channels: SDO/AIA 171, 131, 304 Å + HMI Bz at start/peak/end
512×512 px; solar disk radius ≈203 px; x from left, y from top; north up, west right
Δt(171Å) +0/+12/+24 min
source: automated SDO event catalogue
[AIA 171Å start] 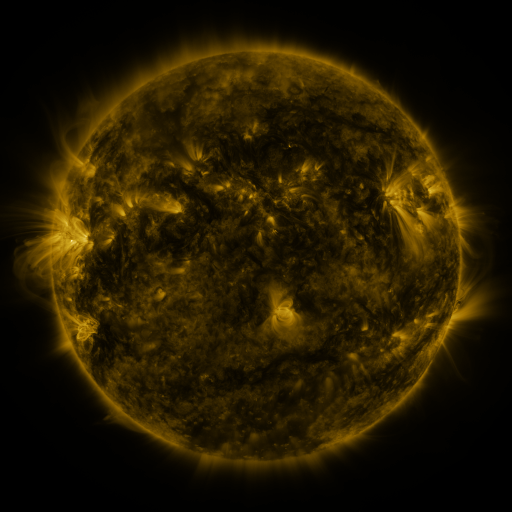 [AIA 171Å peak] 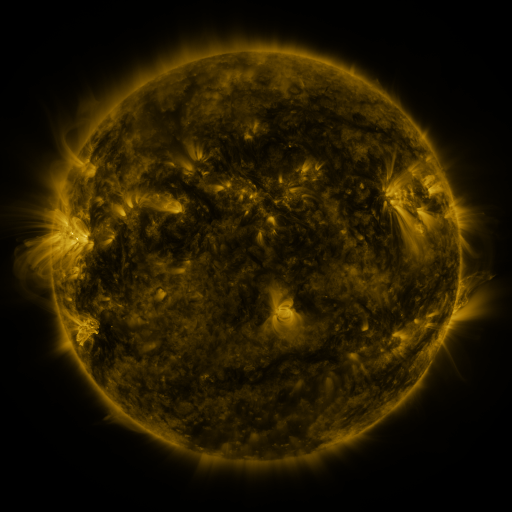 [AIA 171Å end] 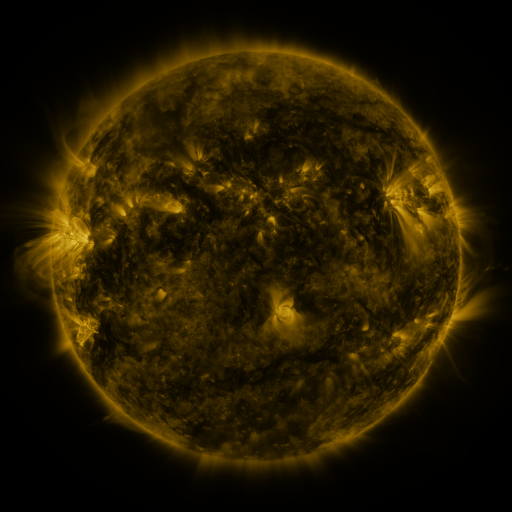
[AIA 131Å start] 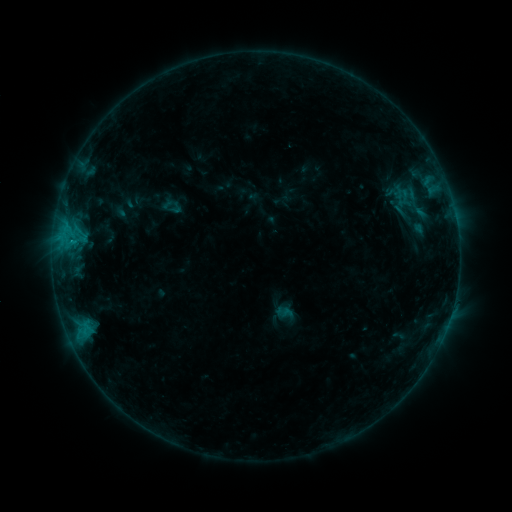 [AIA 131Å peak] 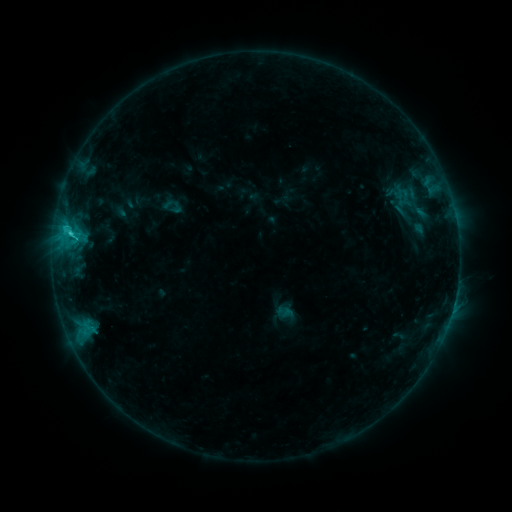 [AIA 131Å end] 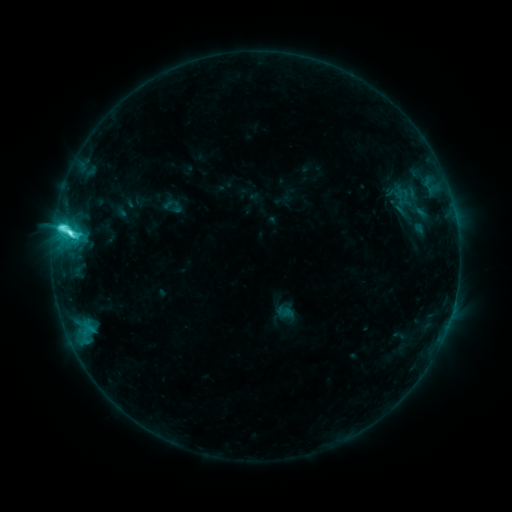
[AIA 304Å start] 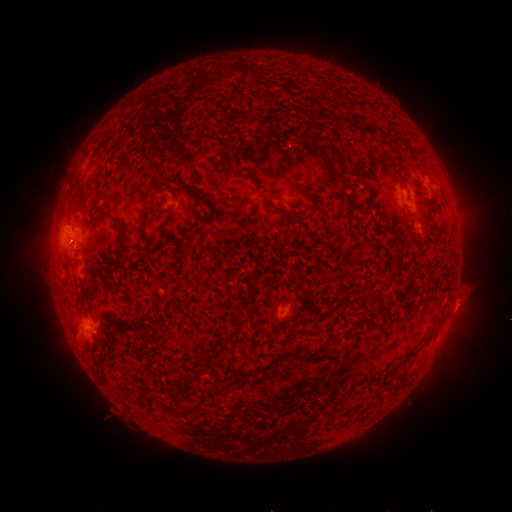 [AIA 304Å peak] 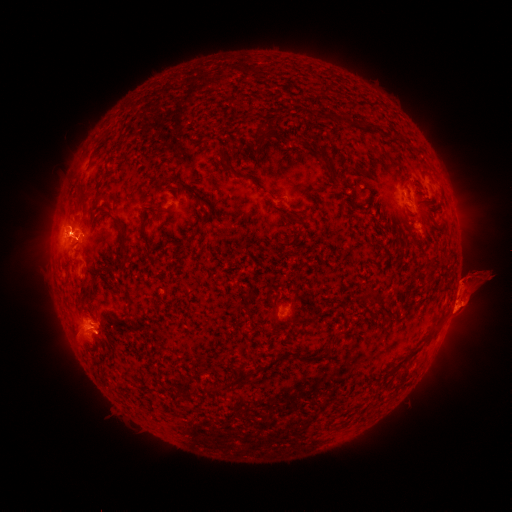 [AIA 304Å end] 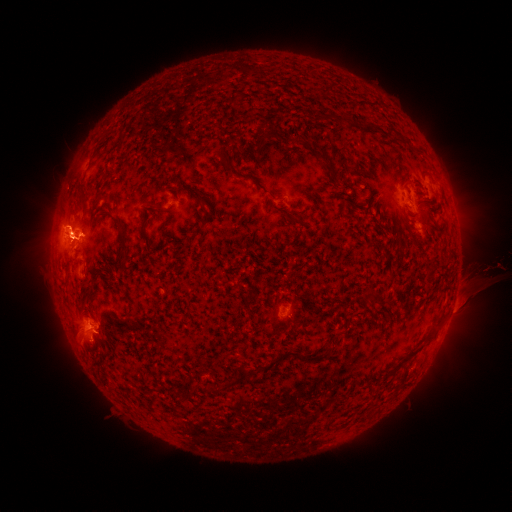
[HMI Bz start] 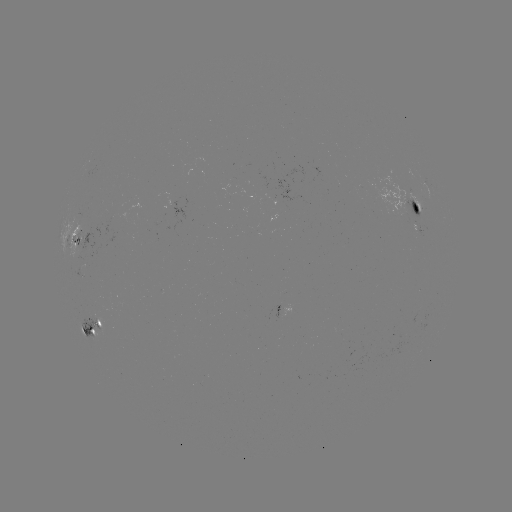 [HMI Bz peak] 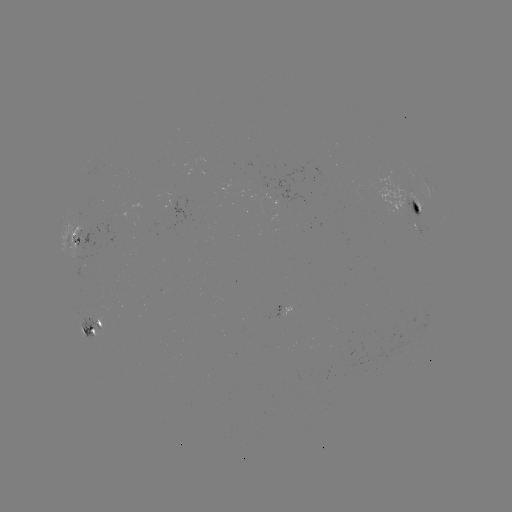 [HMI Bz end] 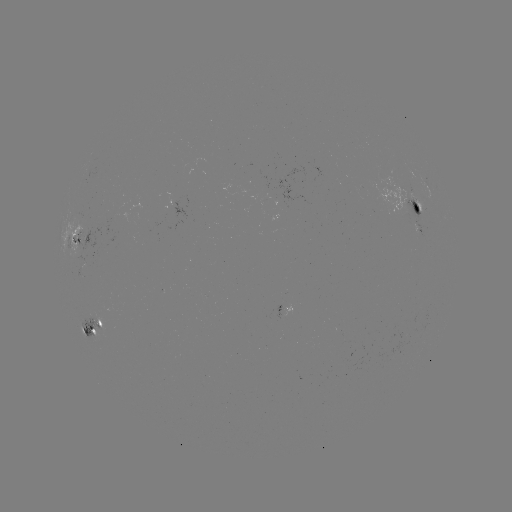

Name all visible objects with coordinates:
eruption: (466, 291)
